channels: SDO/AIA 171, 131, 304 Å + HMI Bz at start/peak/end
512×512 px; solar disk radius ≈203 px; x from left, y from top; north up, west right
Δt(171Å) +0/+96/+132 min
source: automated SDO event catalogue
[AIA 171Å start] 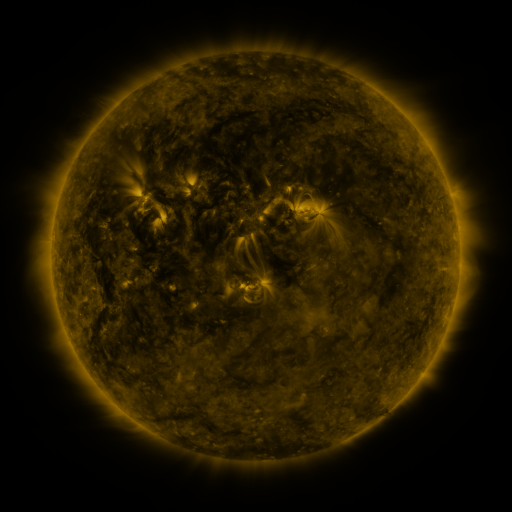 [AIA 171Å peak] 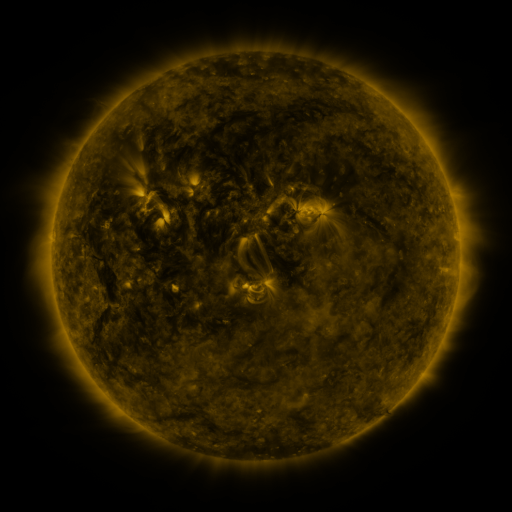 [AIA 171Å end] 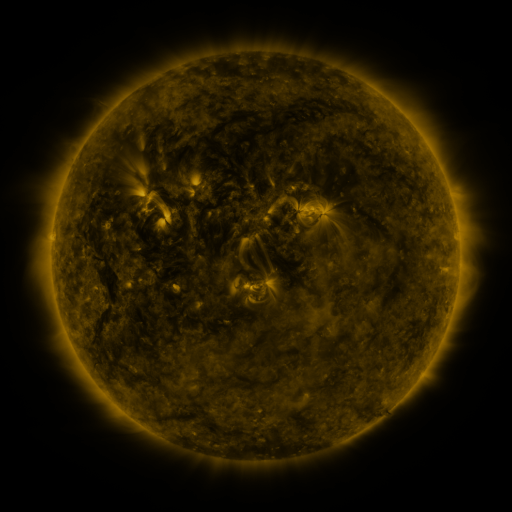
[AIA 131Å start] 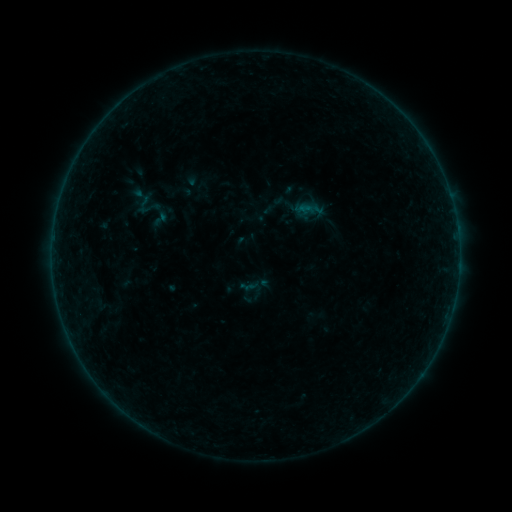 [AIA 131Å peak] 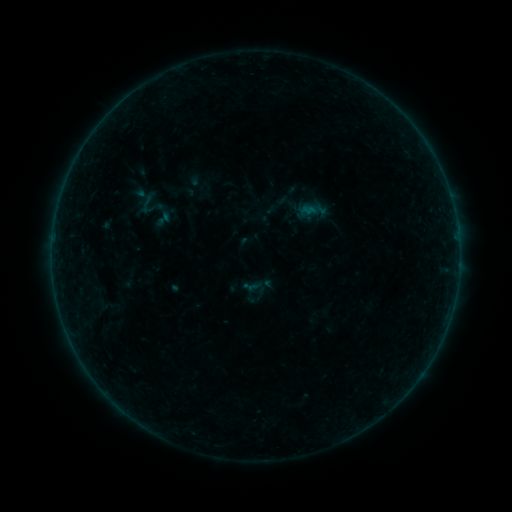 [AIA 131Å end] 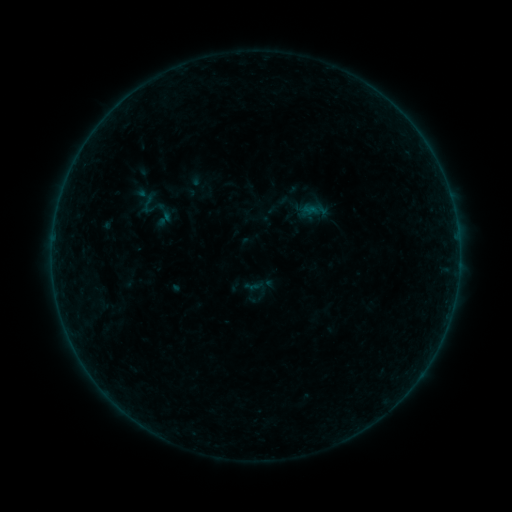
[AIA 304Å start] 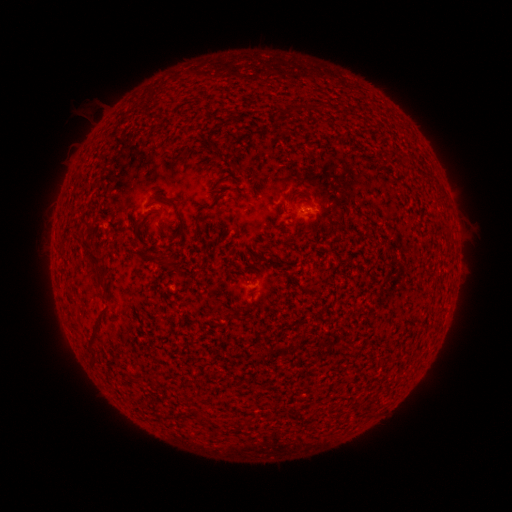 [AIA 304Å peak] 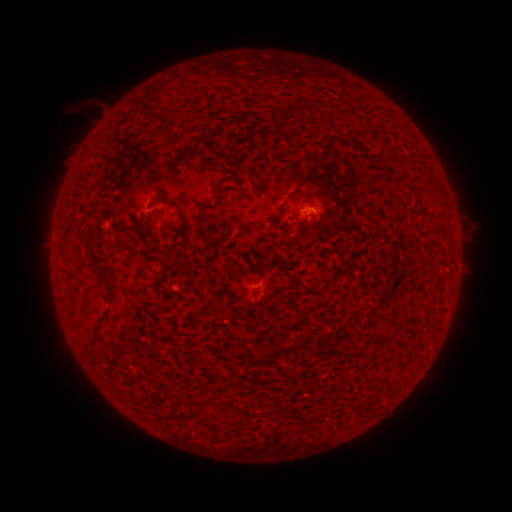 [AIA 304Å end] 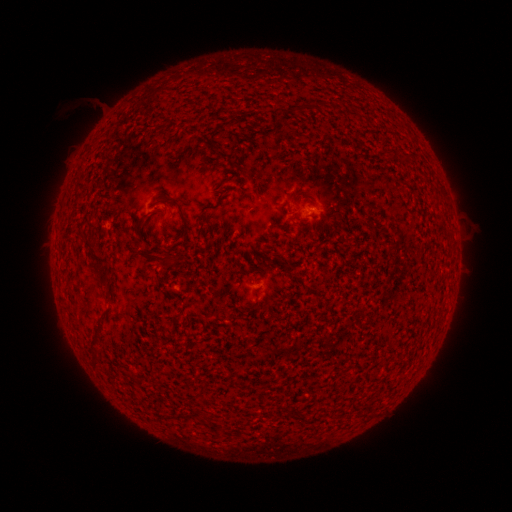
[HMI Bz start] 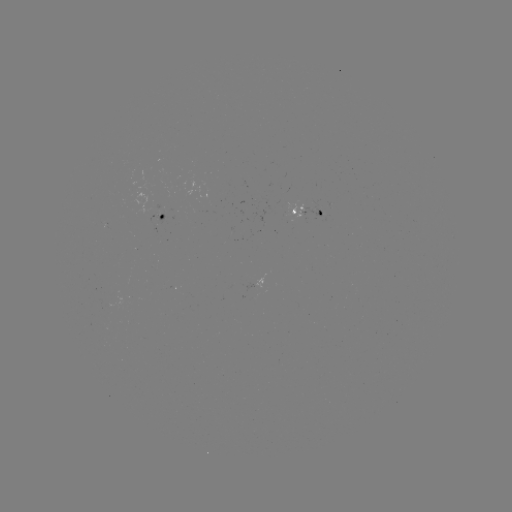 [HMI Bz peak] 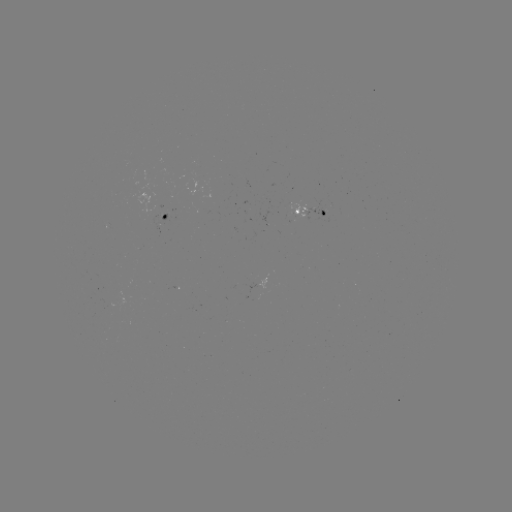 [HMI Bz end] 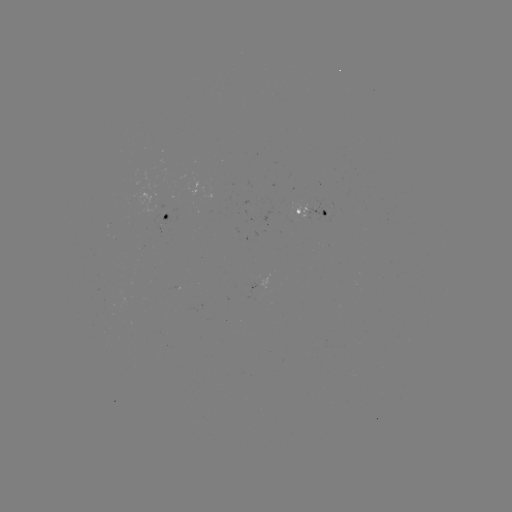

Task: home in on emerging-flux region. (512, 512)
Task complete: (323, 211).